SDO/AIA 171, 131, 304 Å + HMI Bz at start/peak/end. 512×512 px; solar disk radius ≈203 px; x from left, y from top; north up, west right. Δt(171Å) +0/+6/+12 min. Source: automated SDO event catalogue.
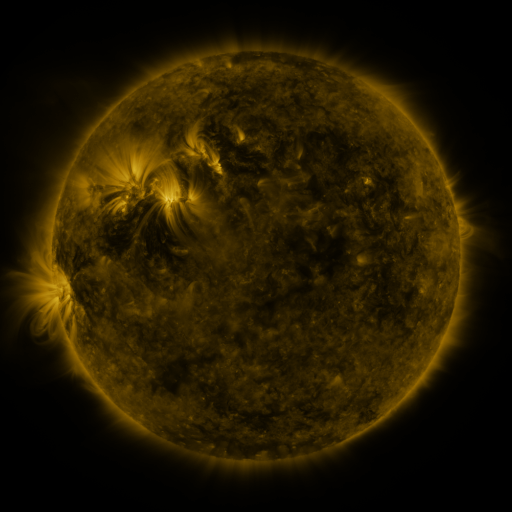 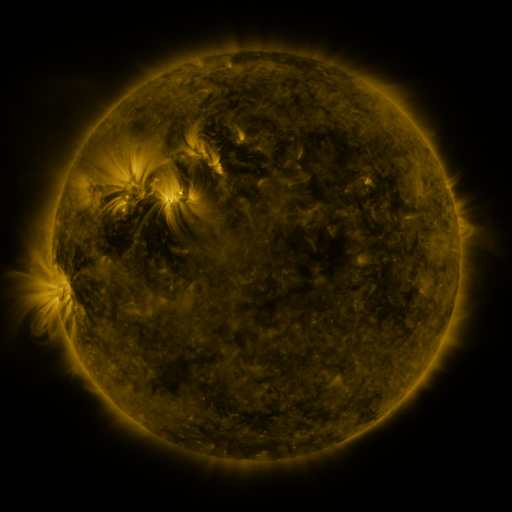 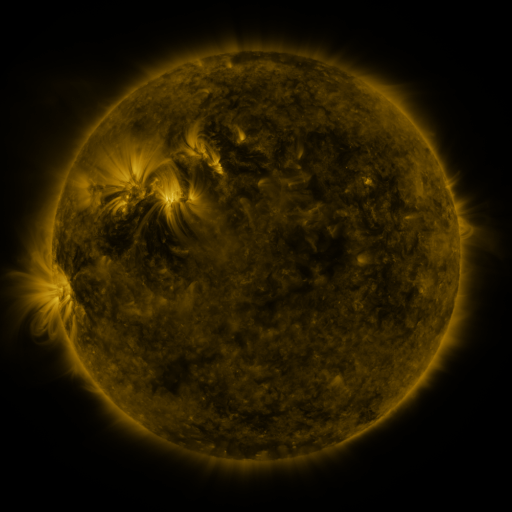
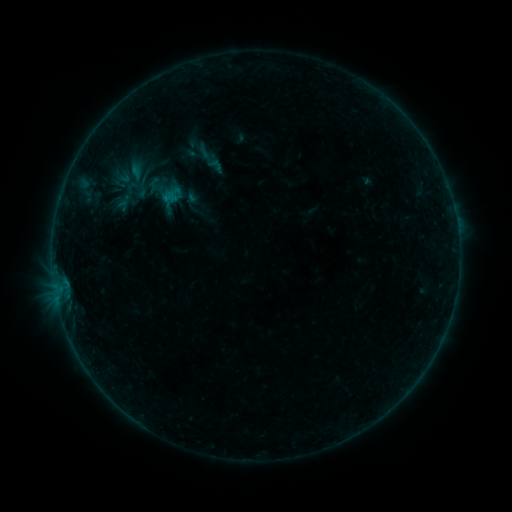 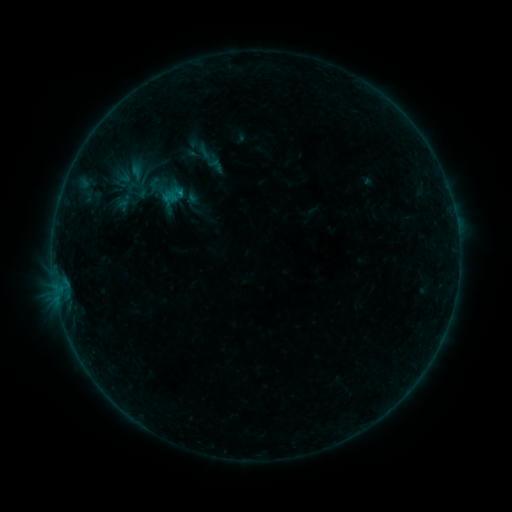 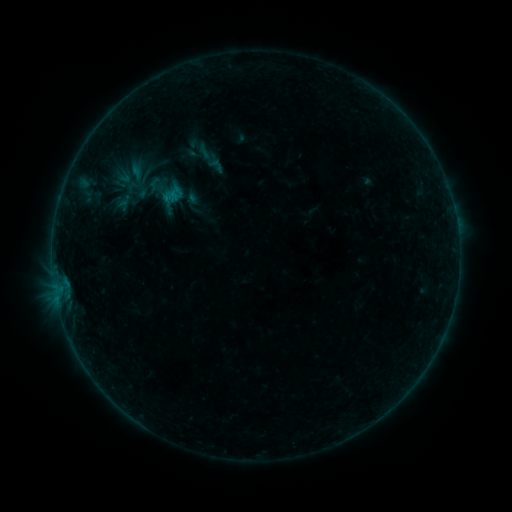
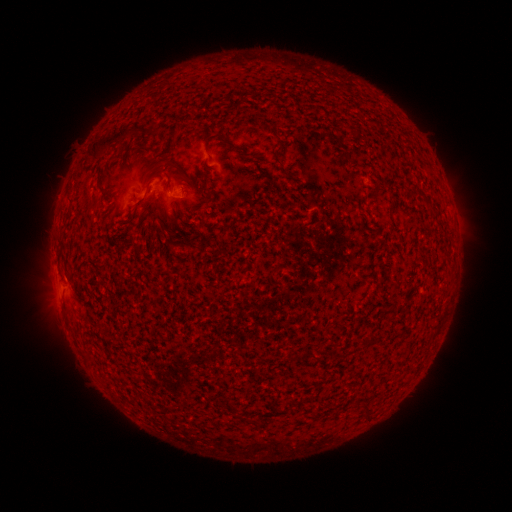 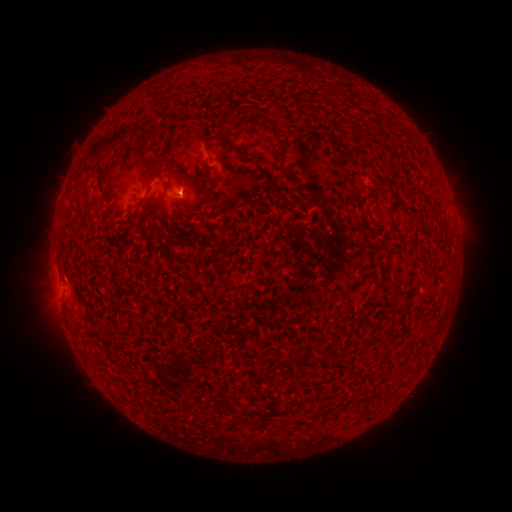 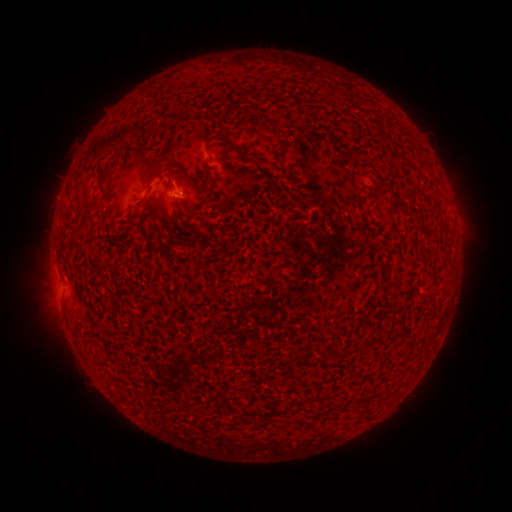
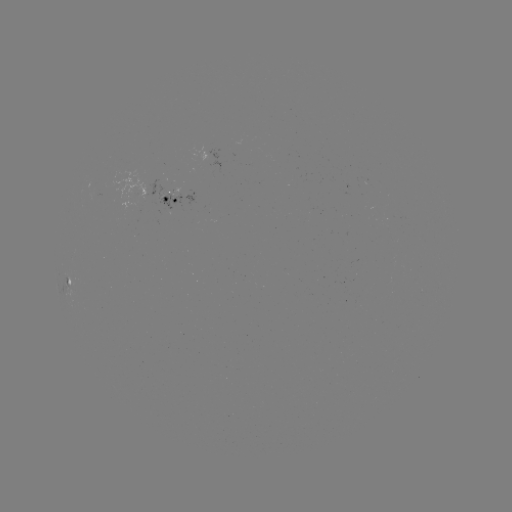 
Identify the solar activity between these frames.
B1.8 flare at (181, 194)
